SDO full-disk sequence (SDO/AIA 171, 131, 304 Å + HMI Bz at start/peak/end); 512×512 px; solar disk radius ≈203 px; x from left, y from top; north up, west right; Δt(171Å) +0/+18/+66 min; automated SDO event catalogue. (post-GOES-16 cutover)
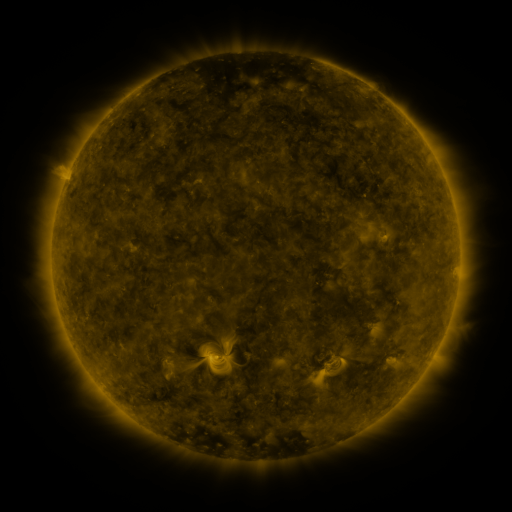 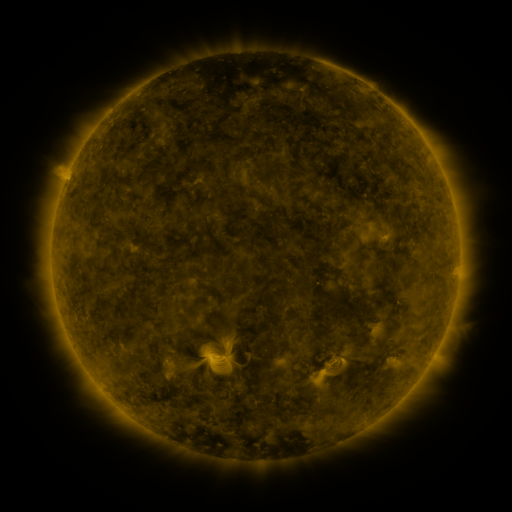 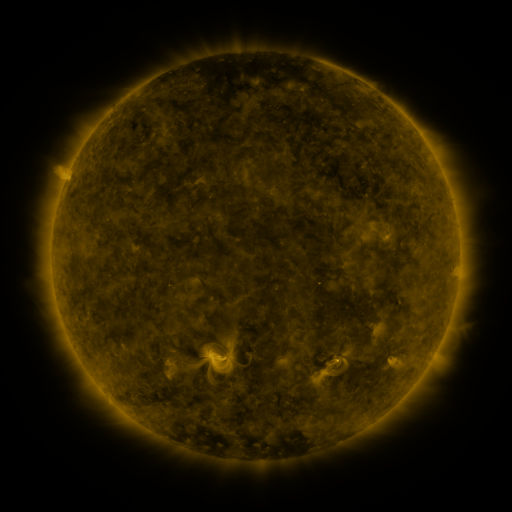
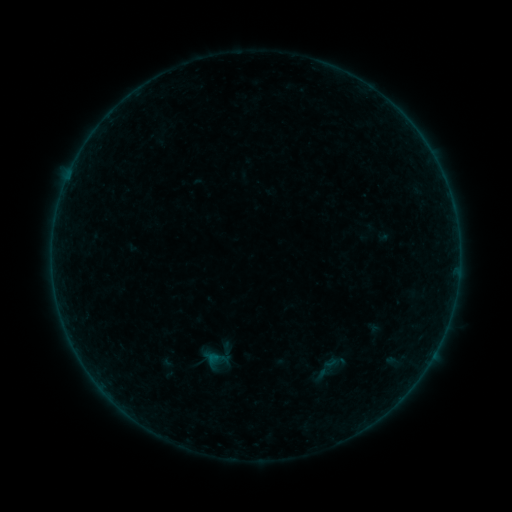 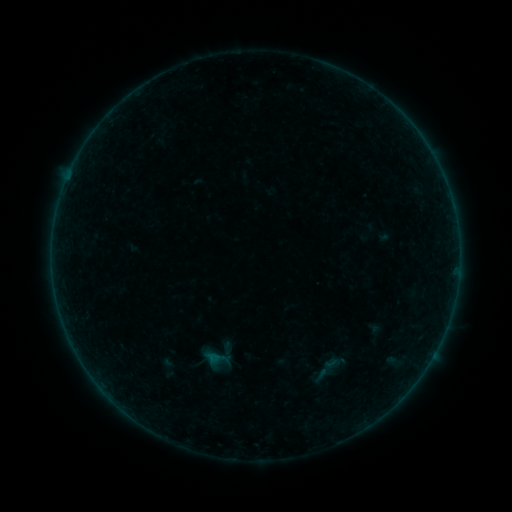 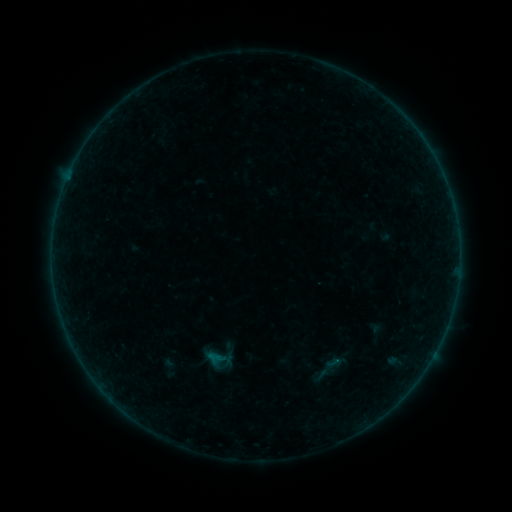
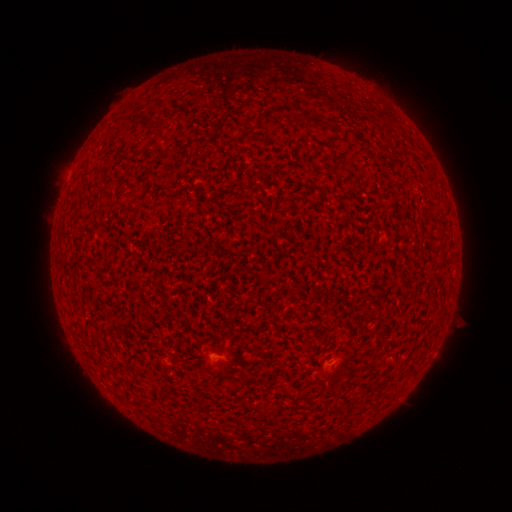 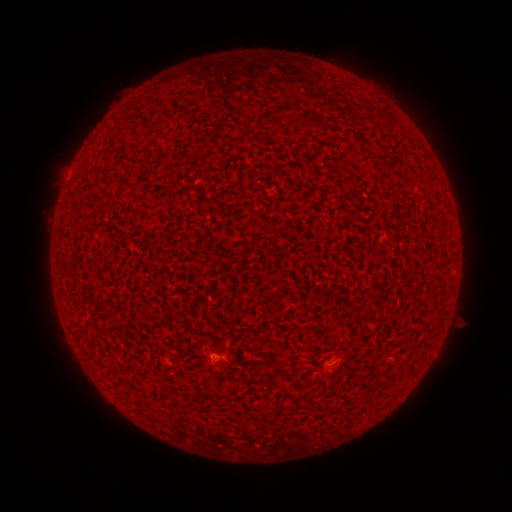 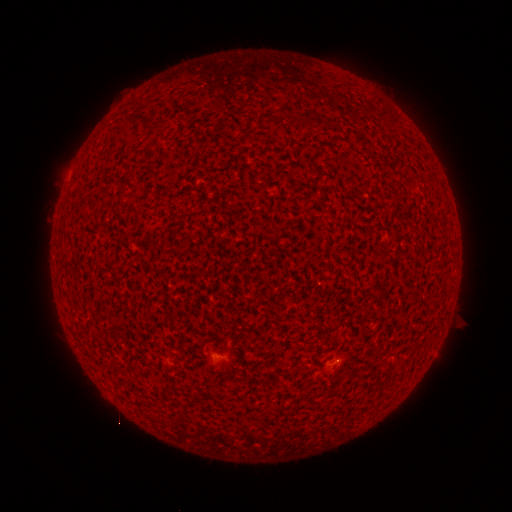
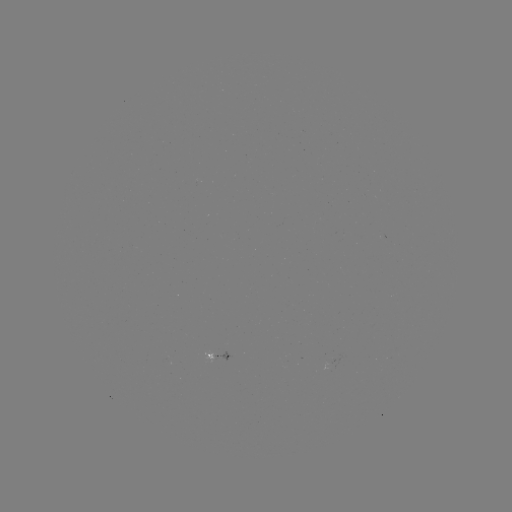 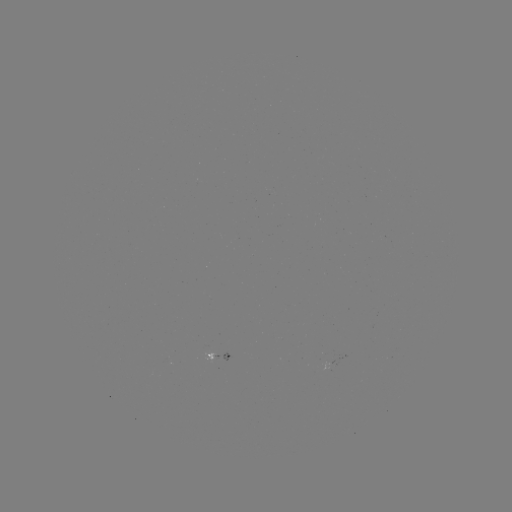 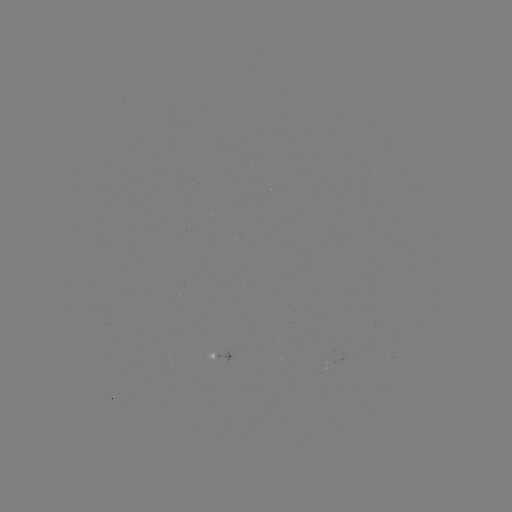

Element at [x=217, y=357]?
A2.6 flare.